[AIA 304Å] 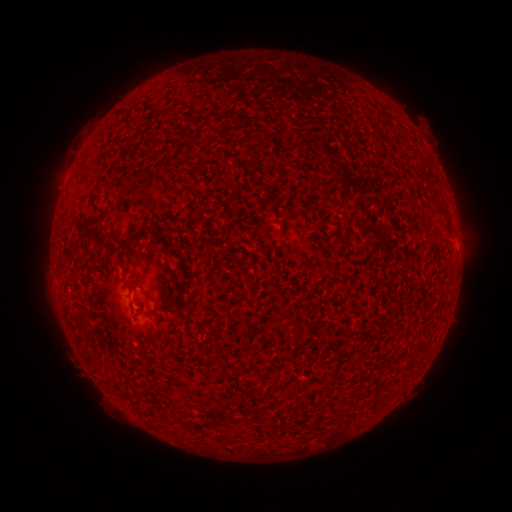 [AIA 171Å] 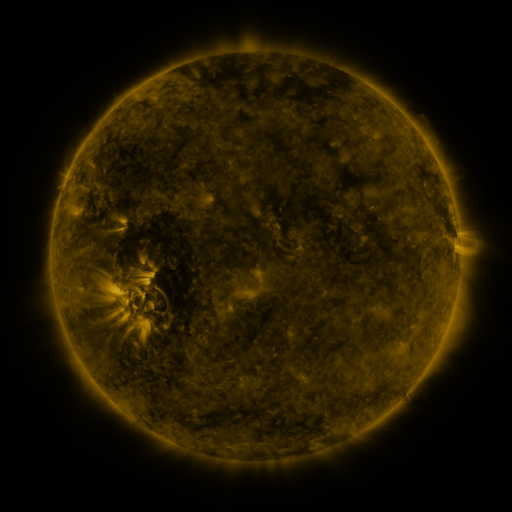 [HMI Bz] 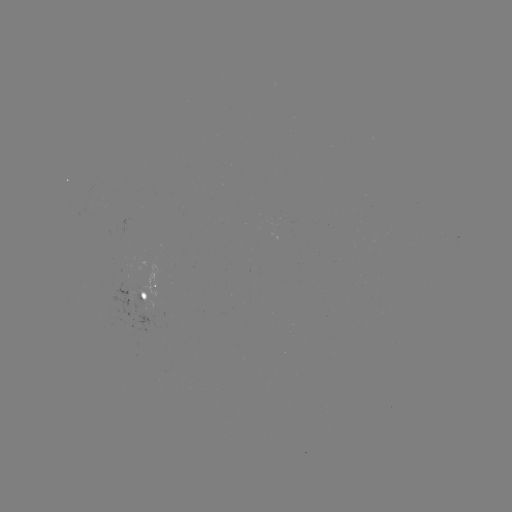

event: spotted active region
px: (148, 288)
